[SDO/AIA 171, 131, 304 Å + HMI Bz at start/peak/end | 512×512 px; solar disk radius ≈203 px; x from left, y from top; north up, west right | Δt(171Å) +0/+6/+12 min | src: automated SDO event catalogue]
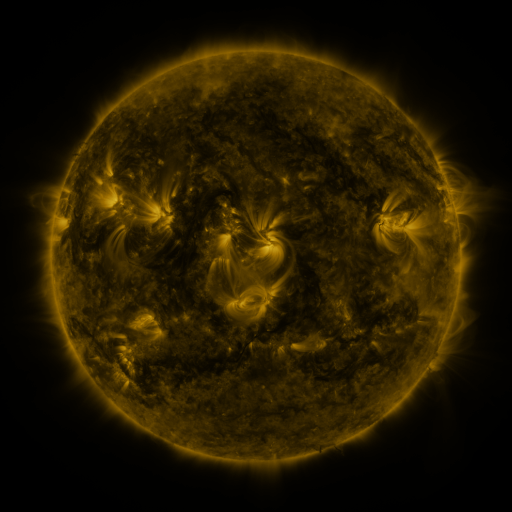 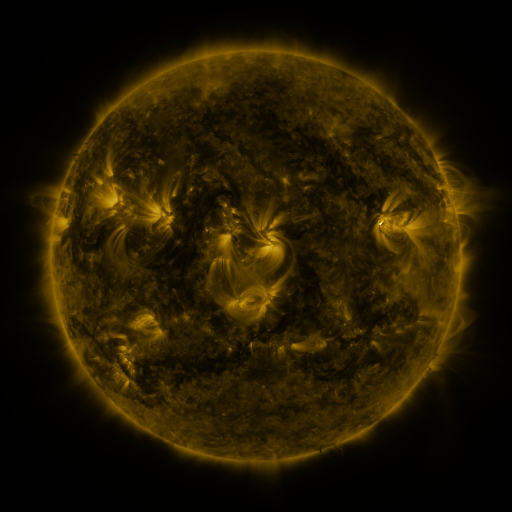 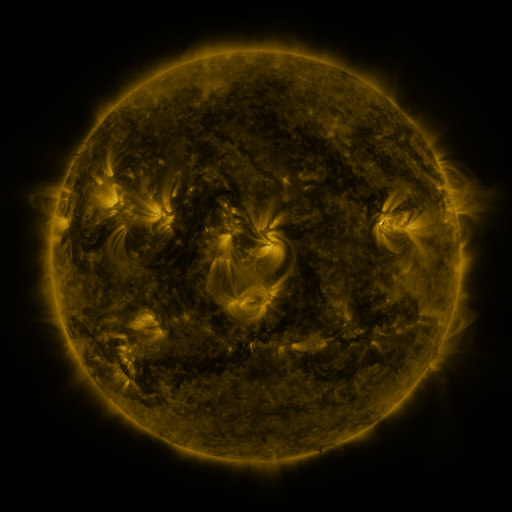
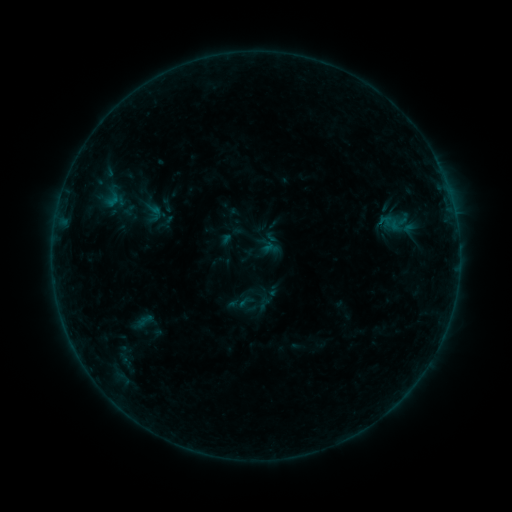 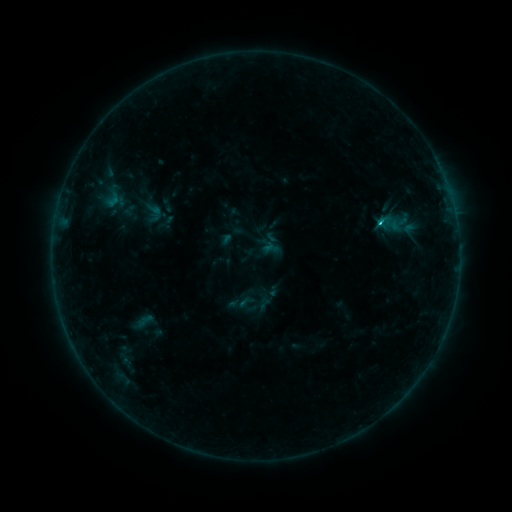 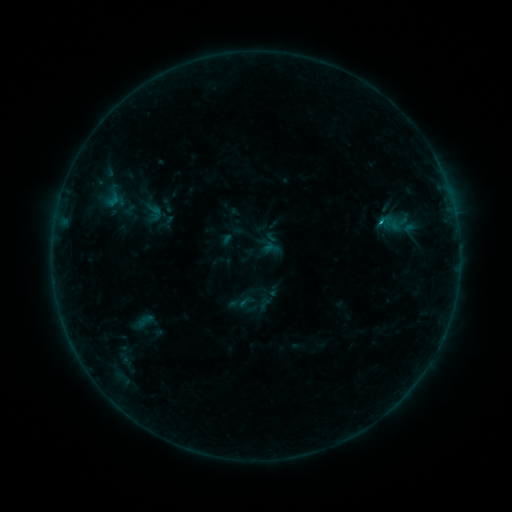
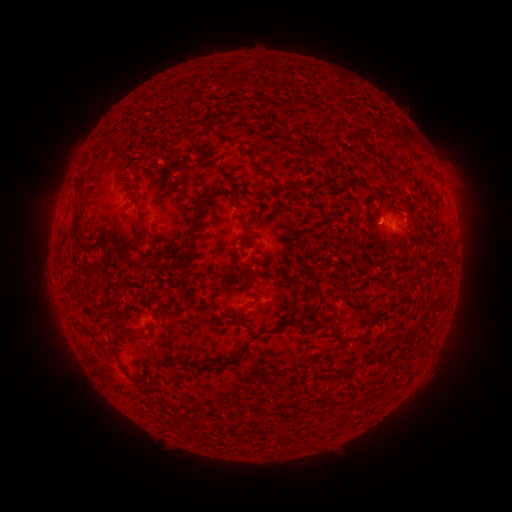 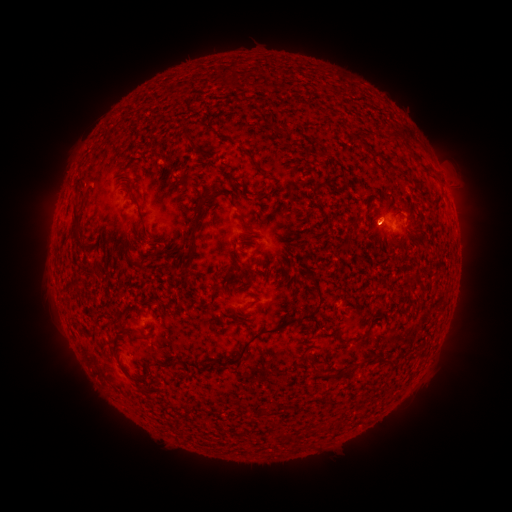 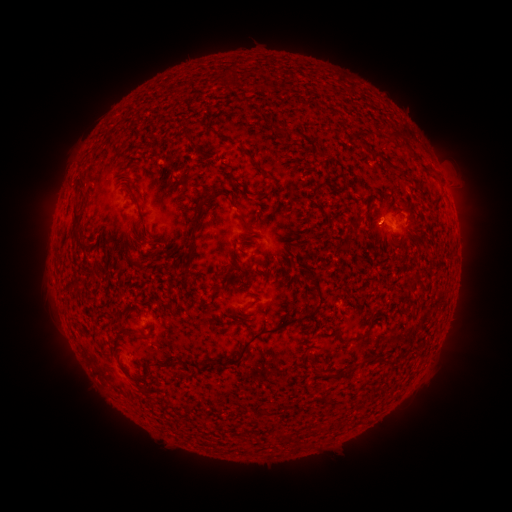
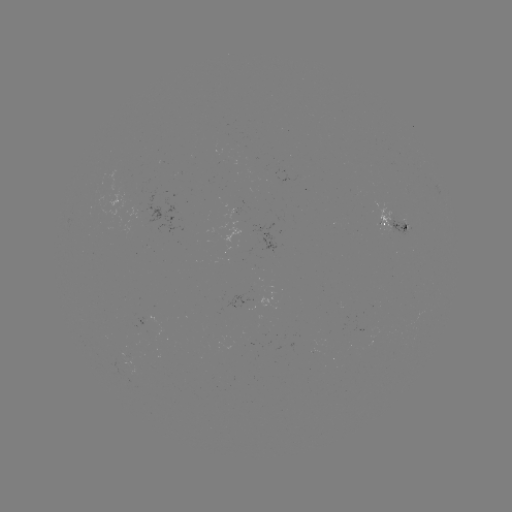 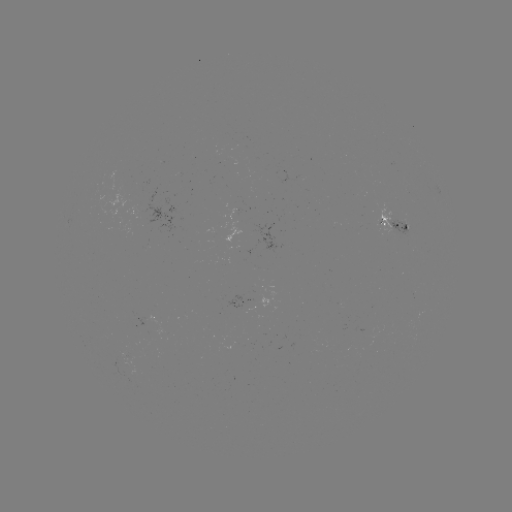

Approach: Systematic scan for B7.9 flare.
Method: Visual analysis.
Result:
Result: B7.9 flare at [379, 225].